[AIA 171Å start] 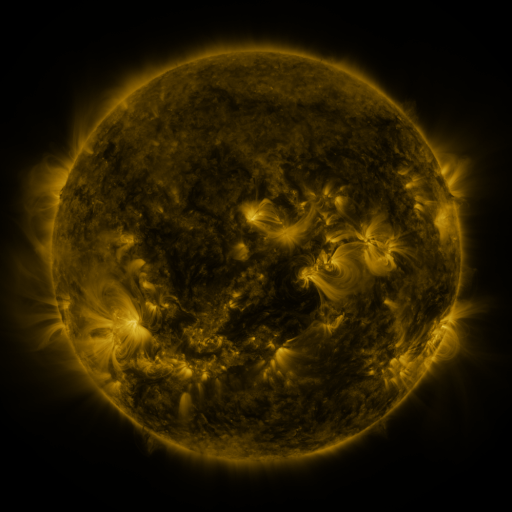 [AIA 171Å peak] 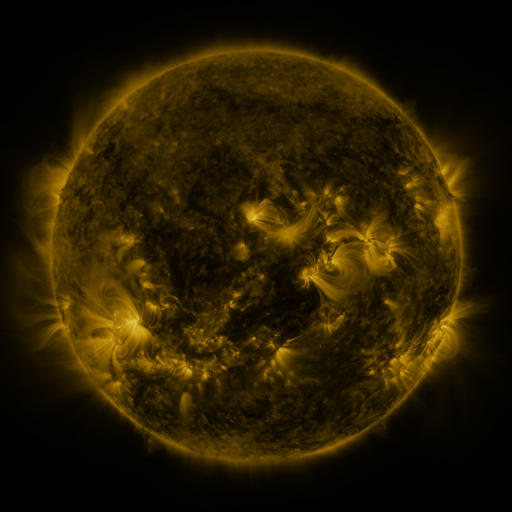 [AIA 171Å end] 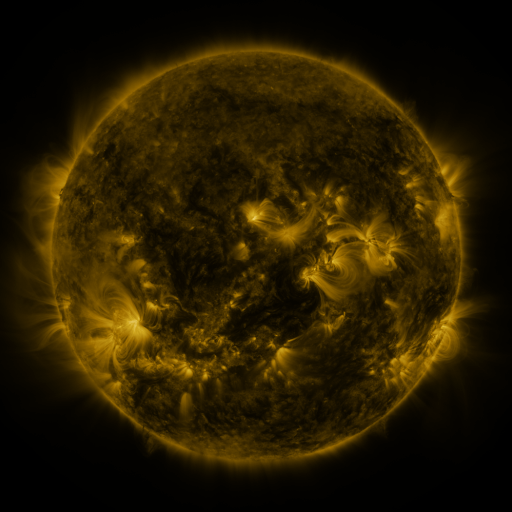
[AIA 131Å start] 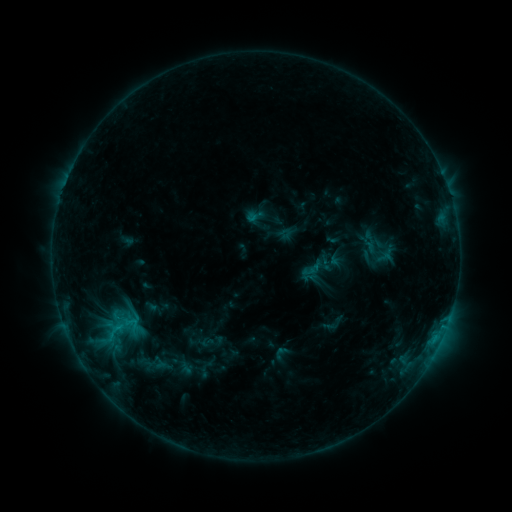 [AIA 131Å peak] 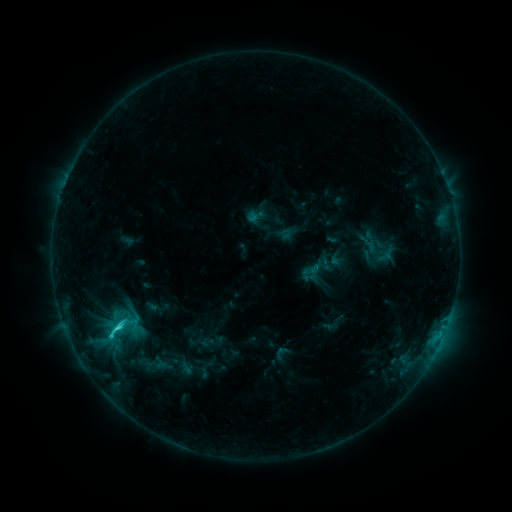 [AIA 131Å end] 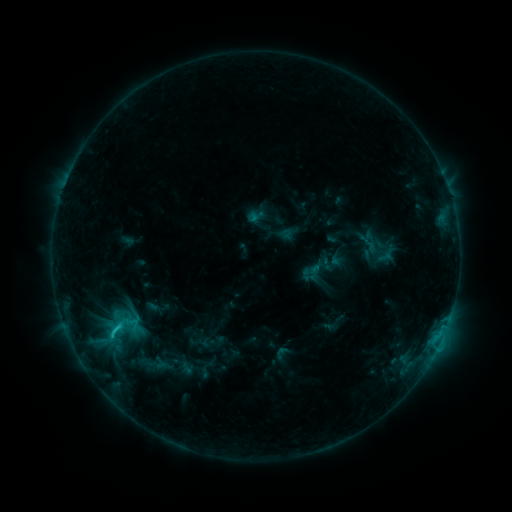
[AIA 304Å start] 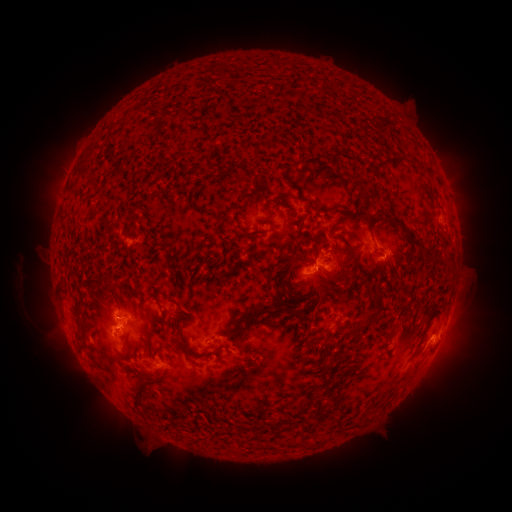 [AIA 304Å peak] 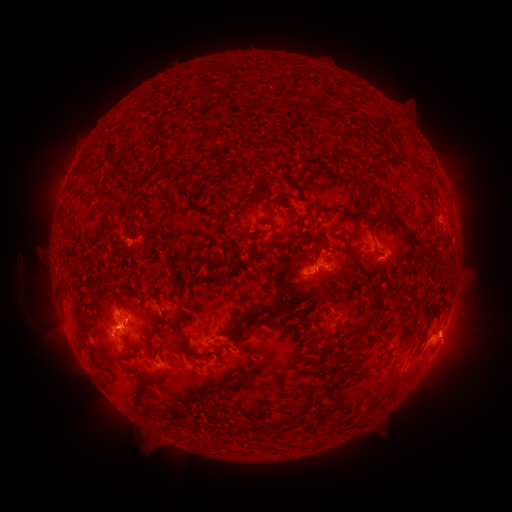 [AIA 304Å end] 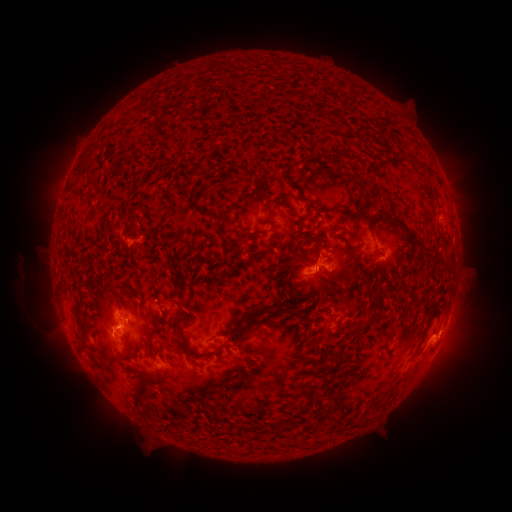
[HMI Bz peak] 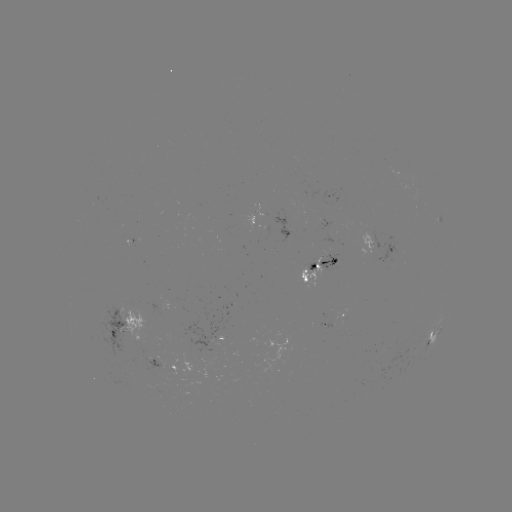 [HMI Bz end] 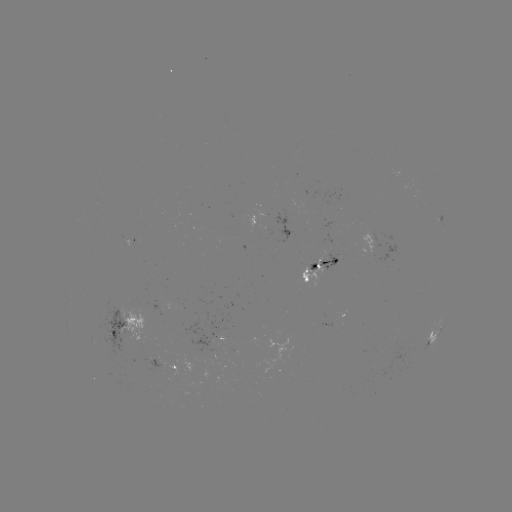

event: flare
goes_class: C2.1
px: (119, 326)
